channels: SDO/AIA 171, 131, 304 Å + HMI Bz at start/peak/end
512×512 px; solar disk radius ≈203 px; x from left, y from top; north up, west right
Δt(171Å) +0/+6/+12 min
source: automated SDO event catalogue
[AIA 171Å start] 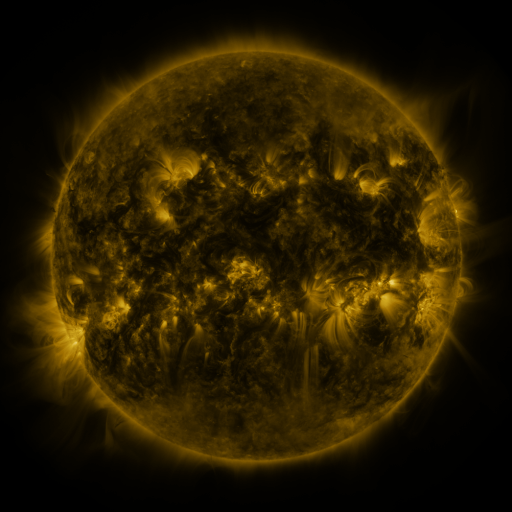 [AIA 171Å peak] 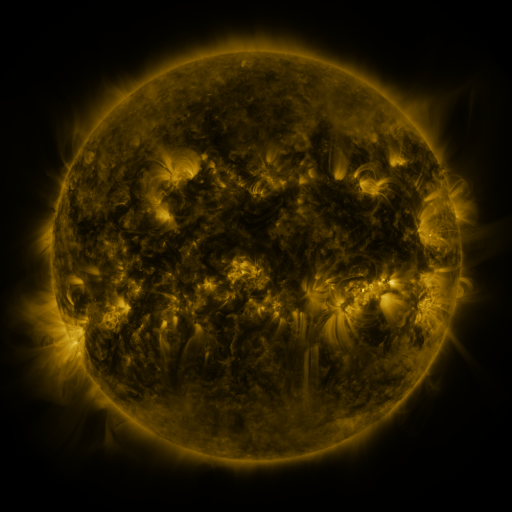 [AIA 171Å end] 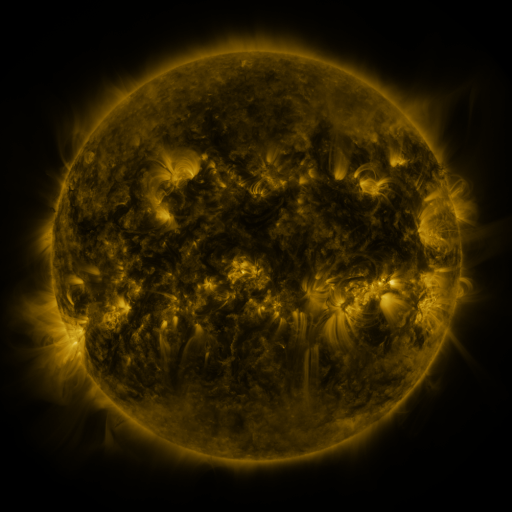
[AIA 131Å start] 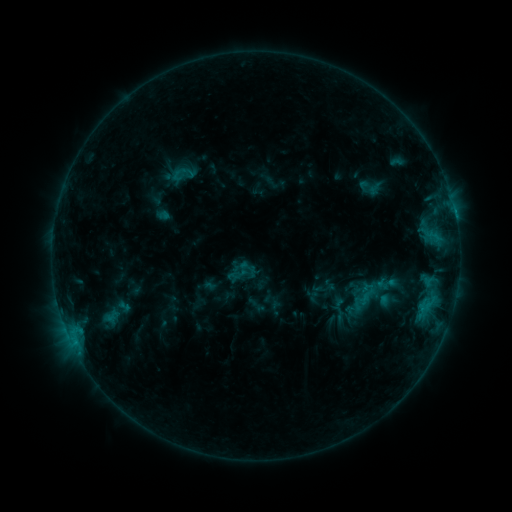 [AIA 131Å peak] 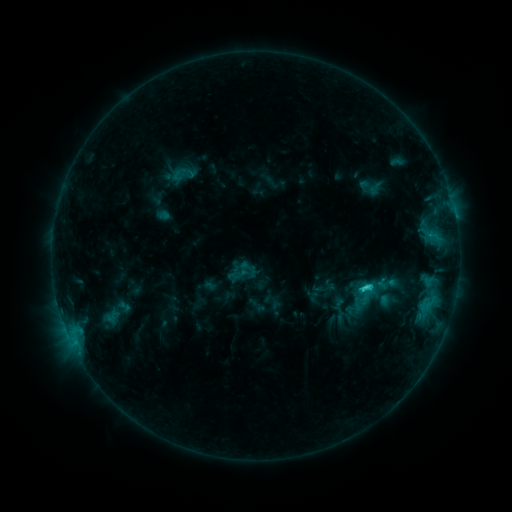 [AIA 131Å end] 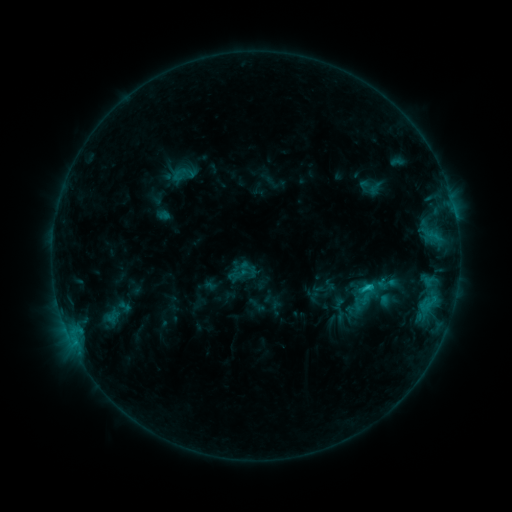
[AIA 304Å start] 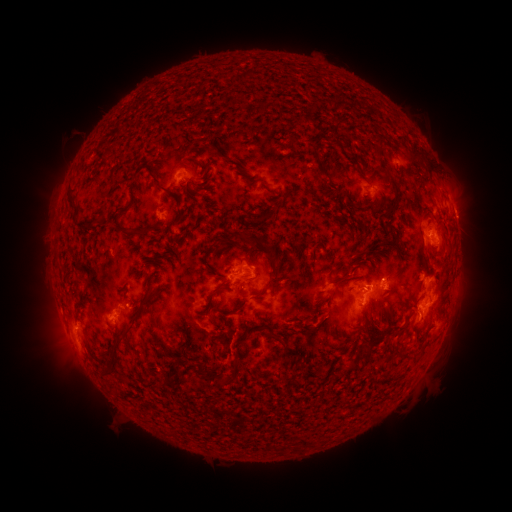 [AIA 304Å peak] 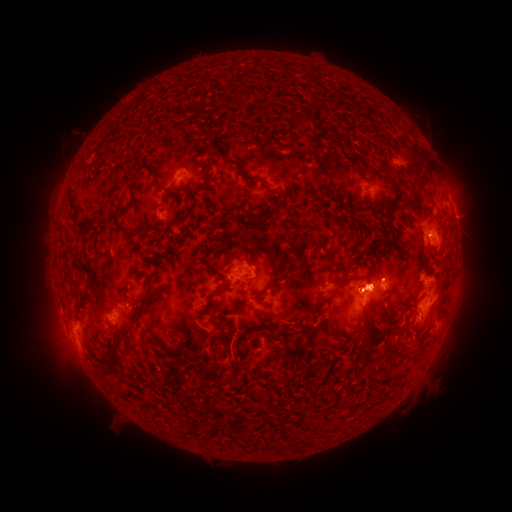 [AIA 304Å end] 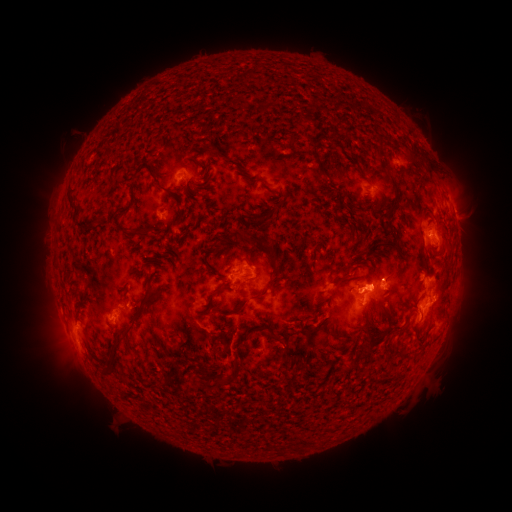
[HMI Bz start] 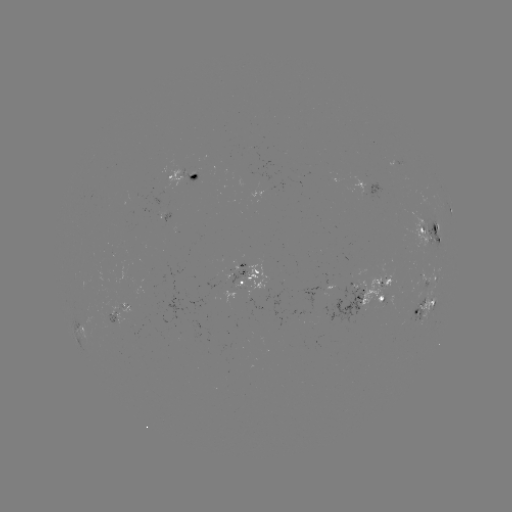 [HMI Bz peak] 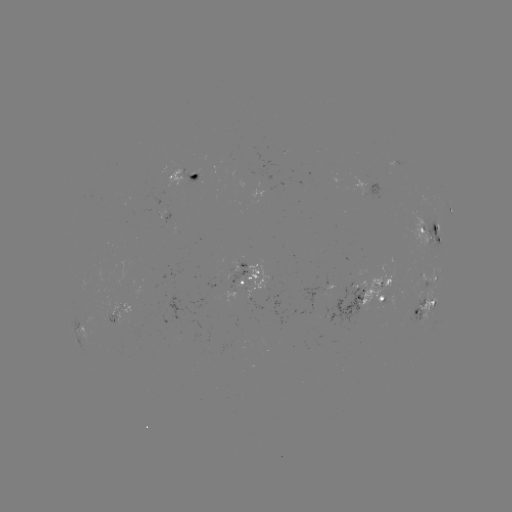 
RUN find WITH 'C2.2 flare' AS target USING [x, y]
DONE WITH [367, 286] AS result